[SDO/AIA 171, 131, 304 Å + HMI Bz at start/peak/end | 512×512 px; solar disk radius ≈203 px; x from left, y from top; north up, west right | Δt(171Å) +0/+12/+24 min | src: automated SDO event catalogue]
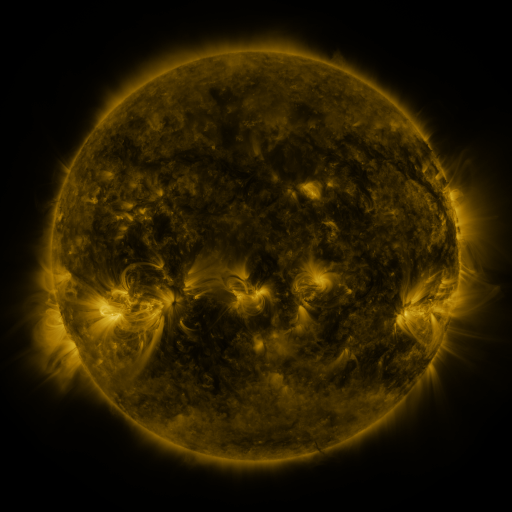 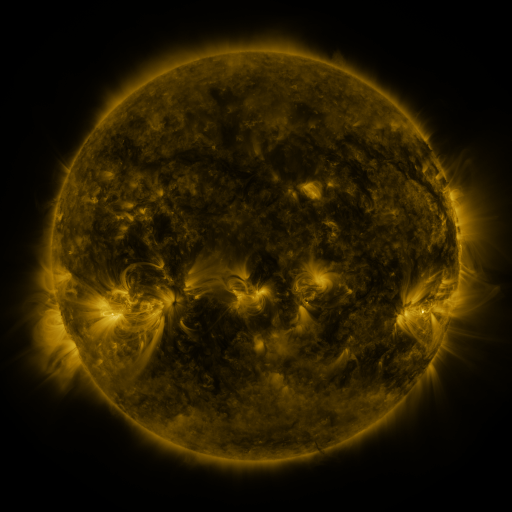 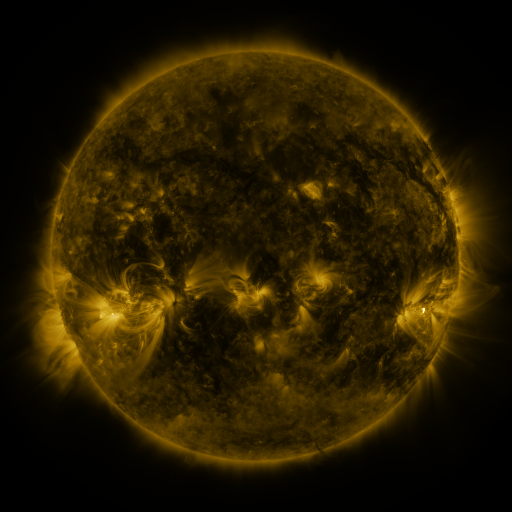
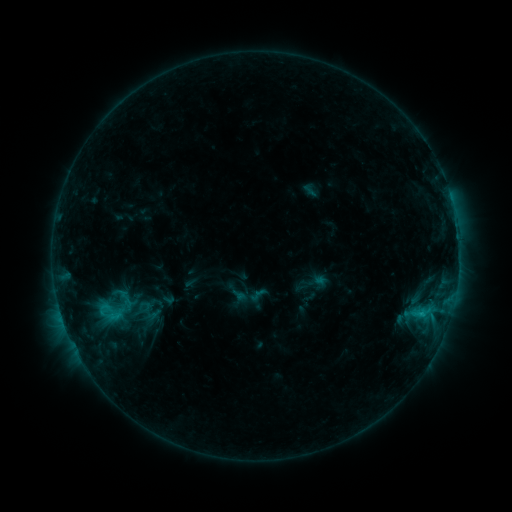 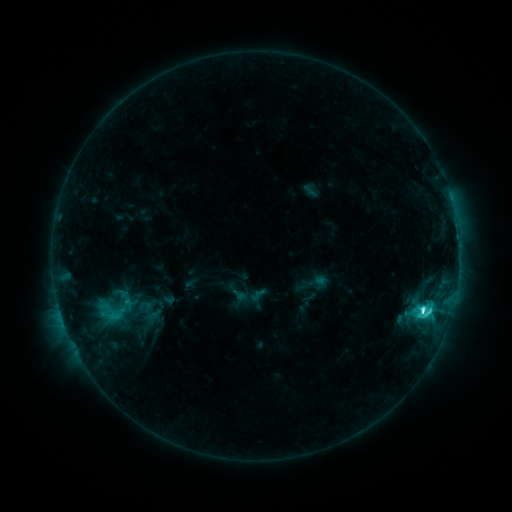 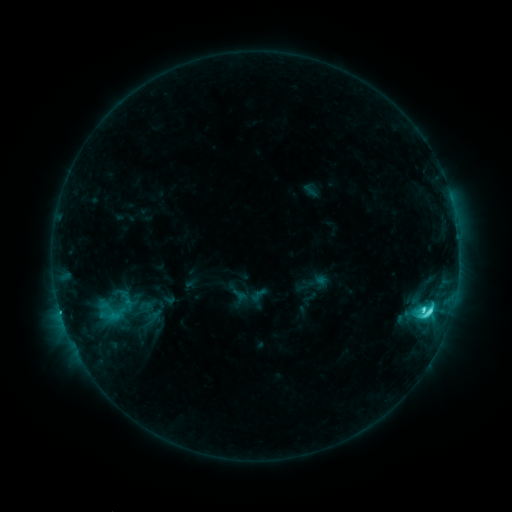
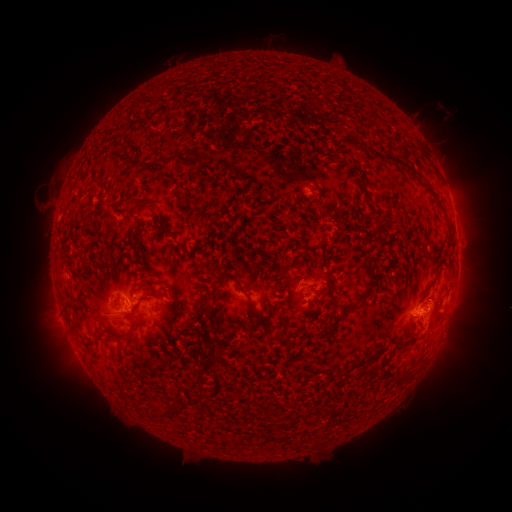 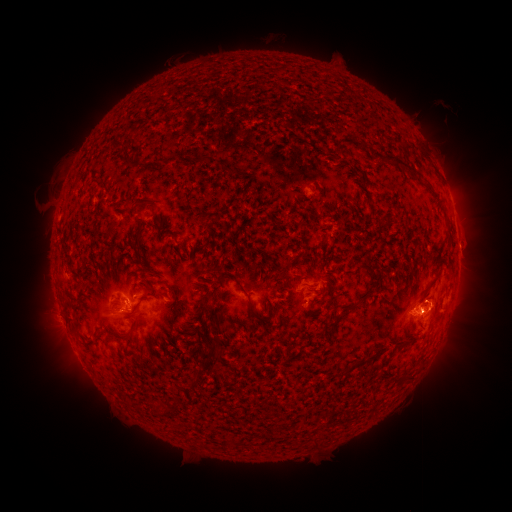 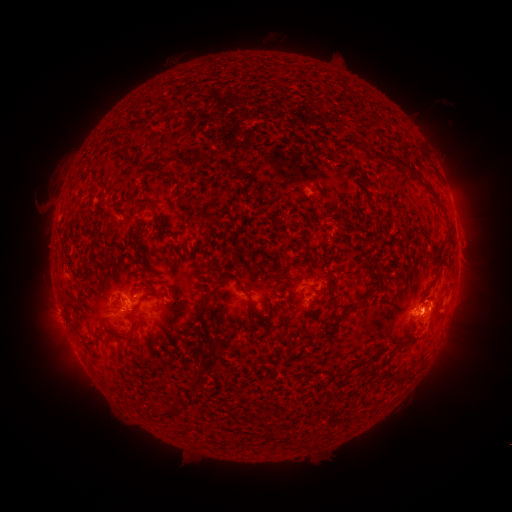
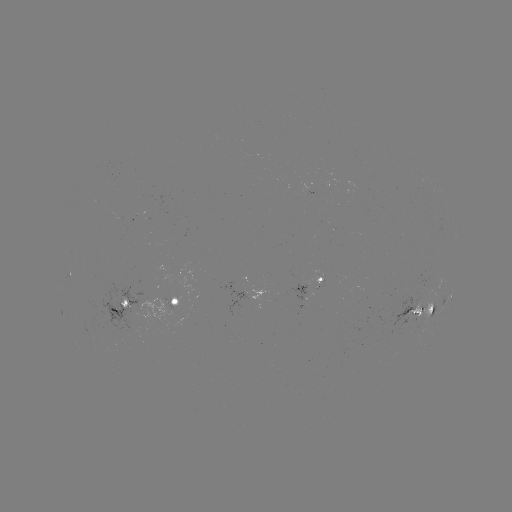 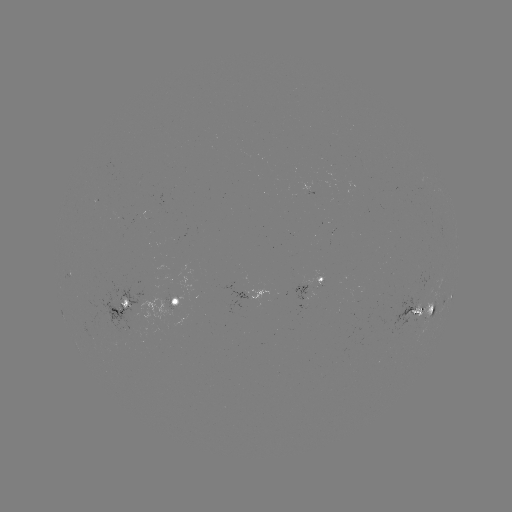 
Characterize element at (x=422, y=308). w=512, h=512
C8.8 flare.